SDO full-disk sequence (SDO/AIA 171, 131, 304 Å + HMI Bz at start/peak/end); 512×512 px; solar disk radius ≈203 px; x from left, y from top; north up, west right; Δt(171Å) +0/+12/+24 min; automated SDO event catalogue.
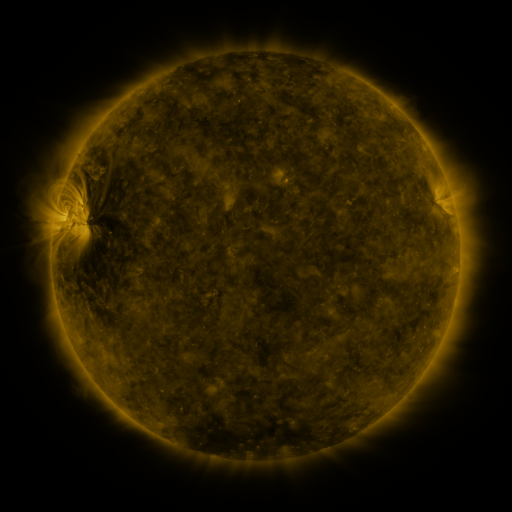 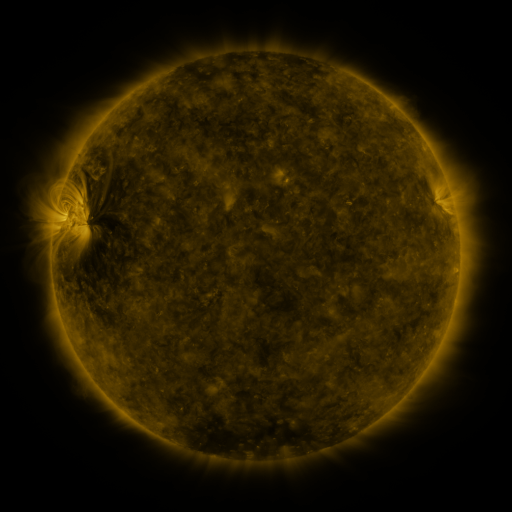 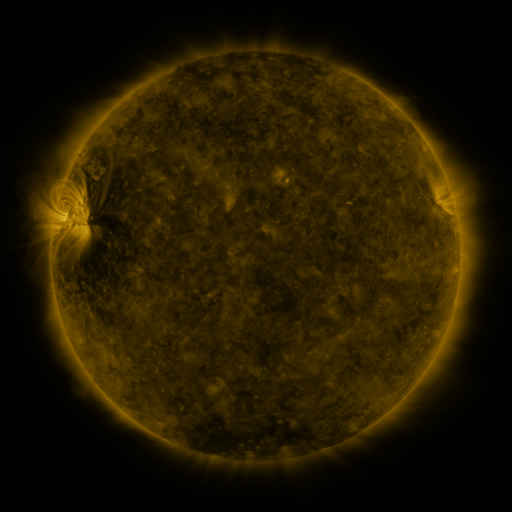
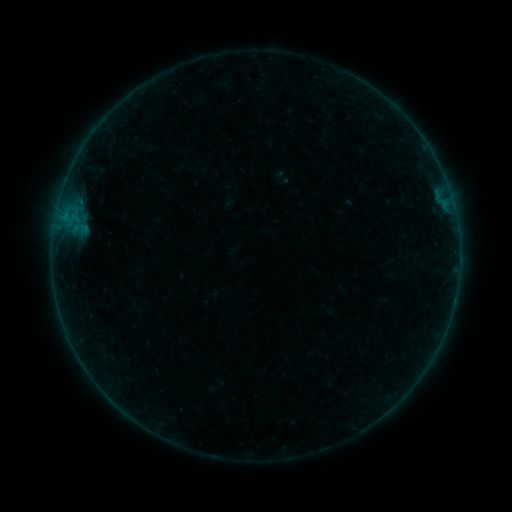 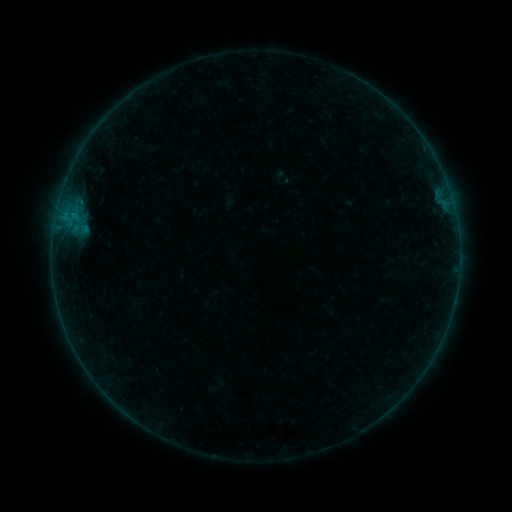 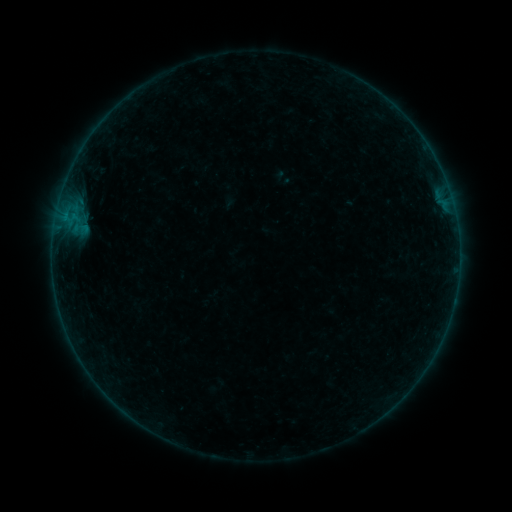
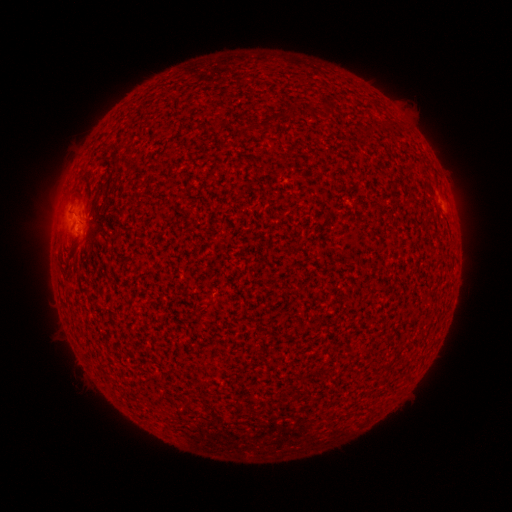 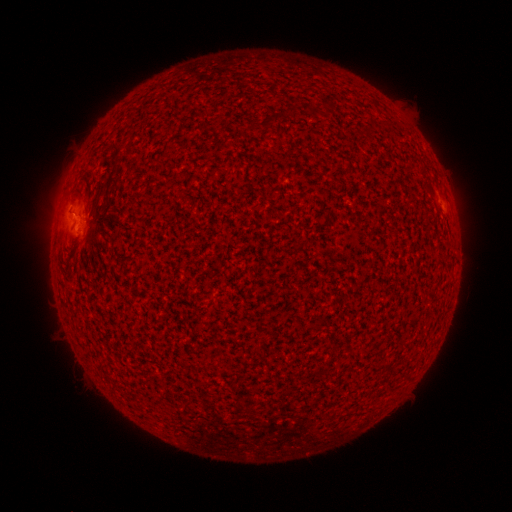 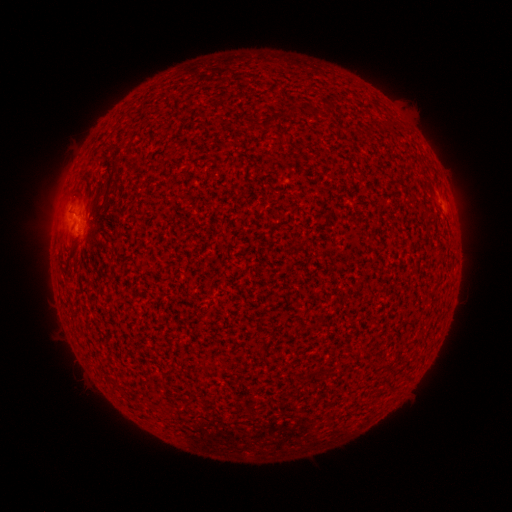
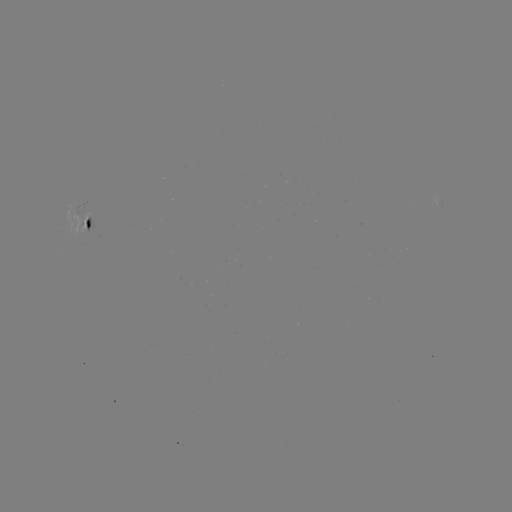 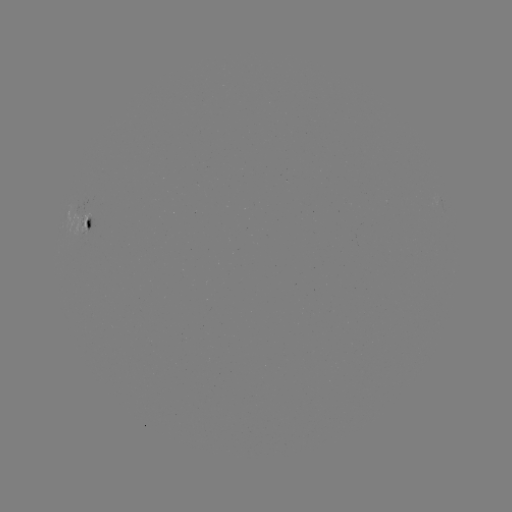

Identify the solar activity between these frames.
B1.7 flare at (73, 215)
